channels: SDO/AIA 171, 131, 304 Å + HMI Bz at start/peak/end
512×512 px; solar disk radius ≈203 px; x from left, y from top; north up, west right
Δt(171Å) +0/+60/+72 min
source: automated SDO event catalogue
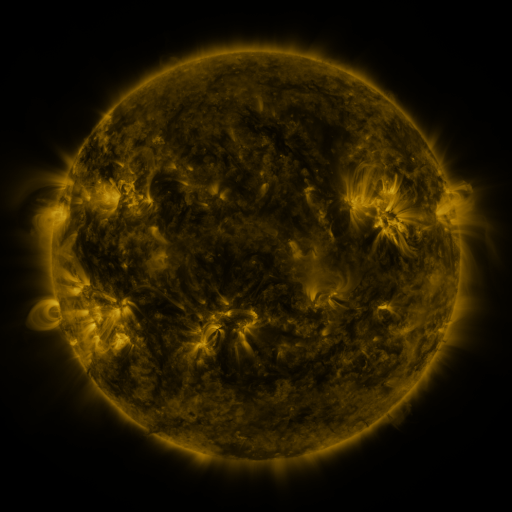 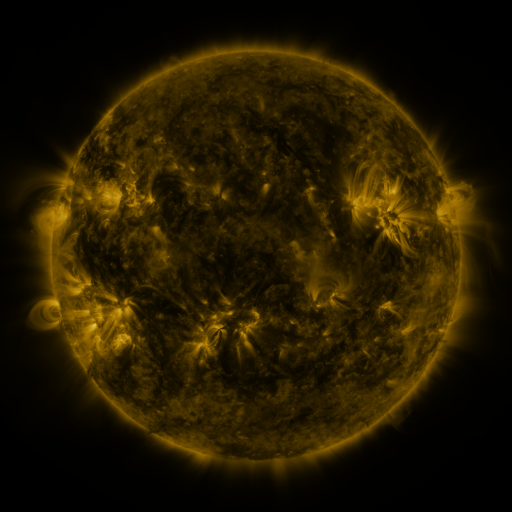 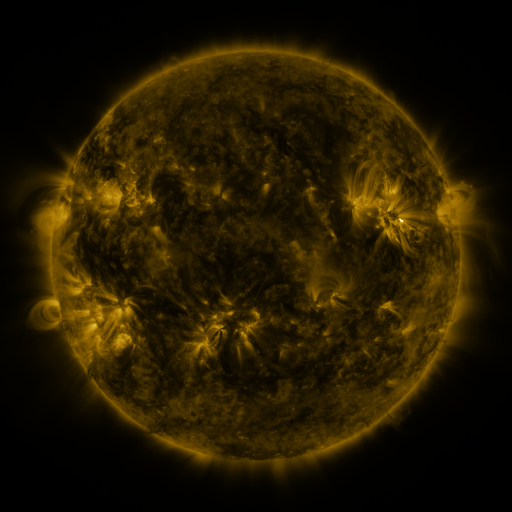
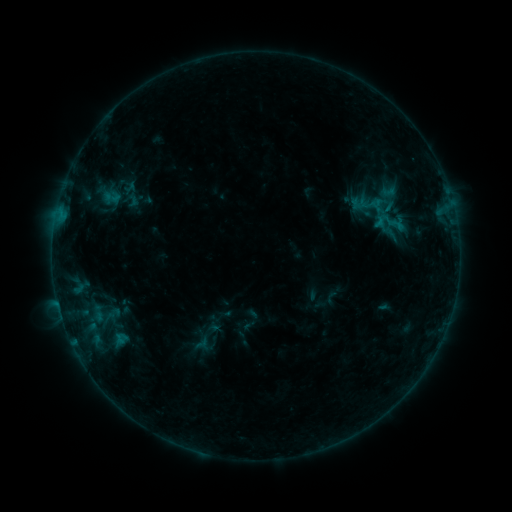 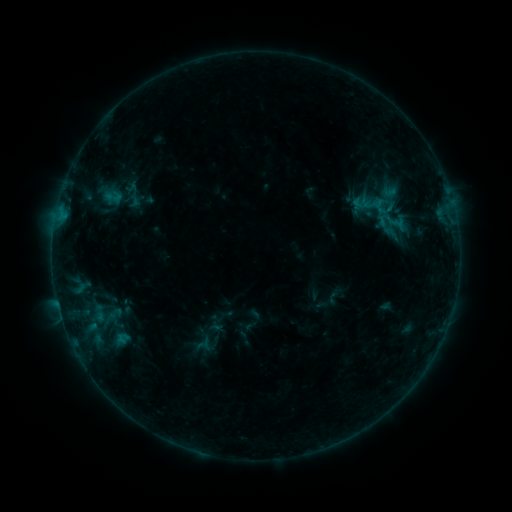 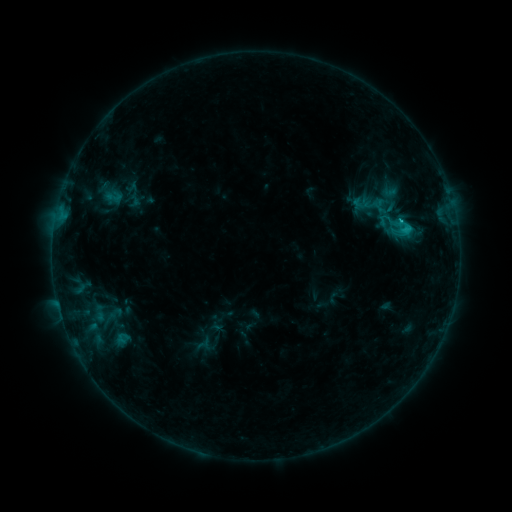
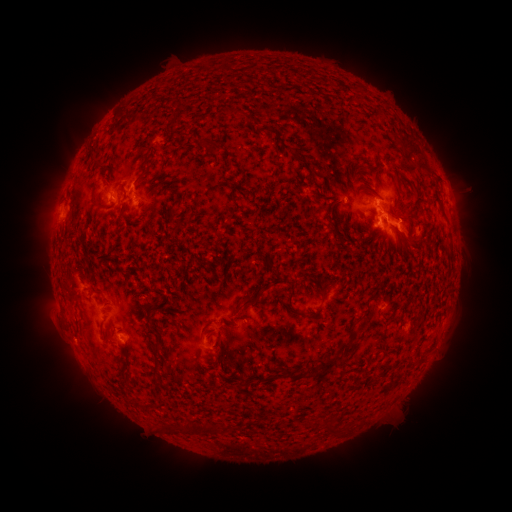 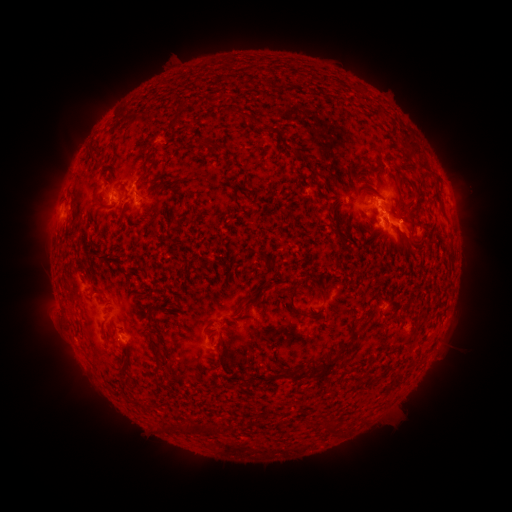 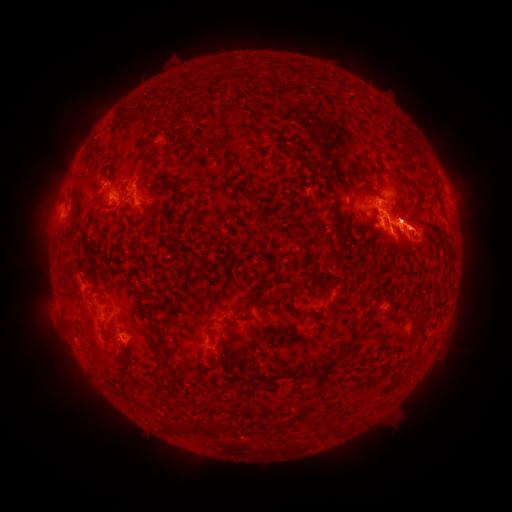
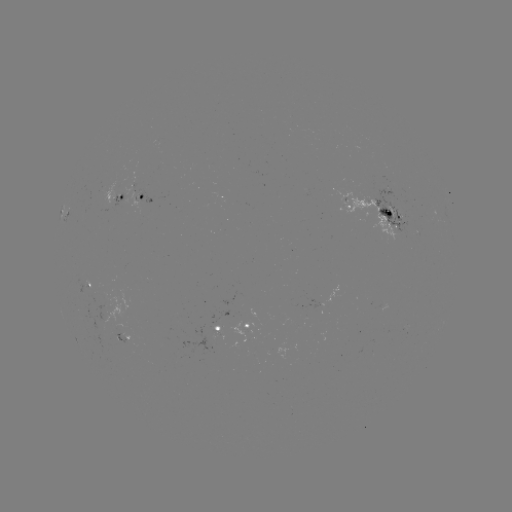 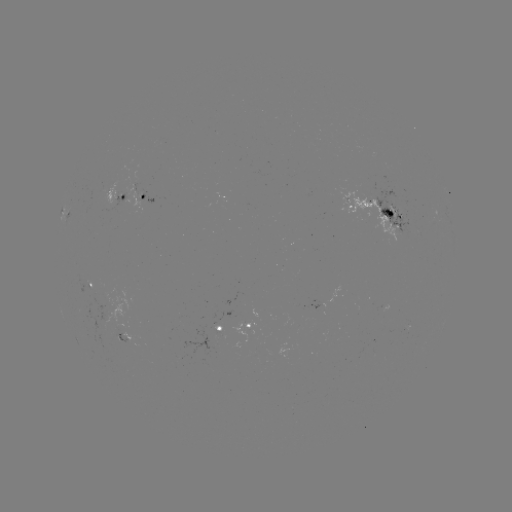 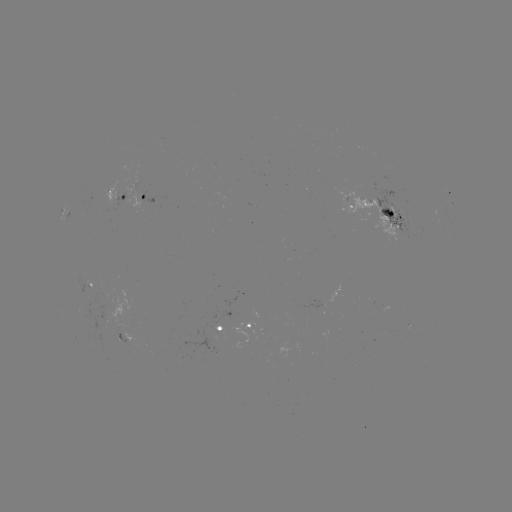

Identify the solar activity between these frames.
emerging-flux region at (103, 332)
